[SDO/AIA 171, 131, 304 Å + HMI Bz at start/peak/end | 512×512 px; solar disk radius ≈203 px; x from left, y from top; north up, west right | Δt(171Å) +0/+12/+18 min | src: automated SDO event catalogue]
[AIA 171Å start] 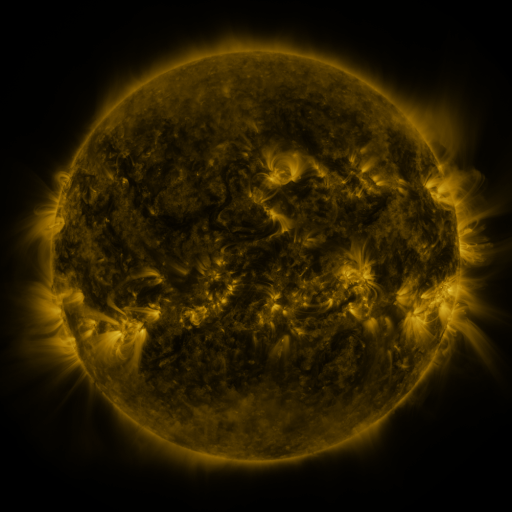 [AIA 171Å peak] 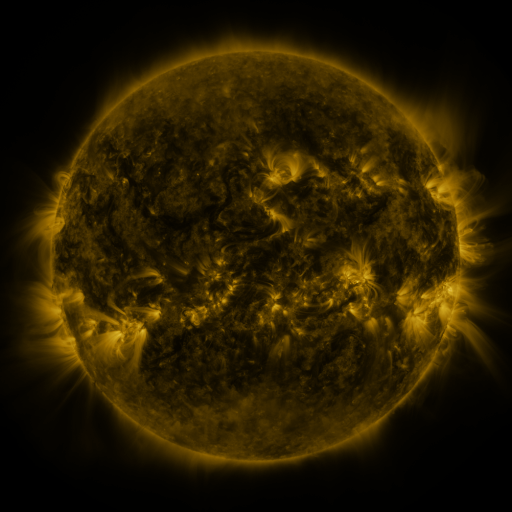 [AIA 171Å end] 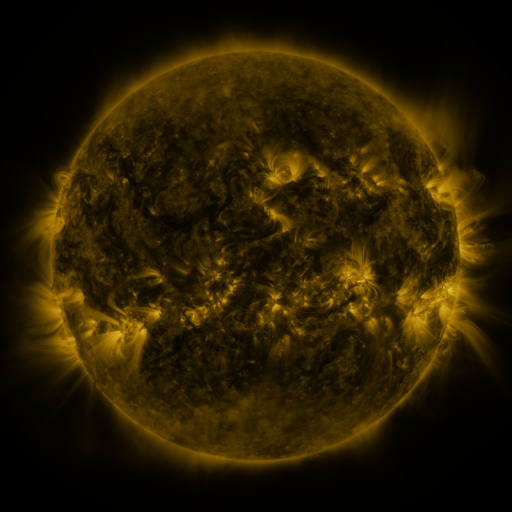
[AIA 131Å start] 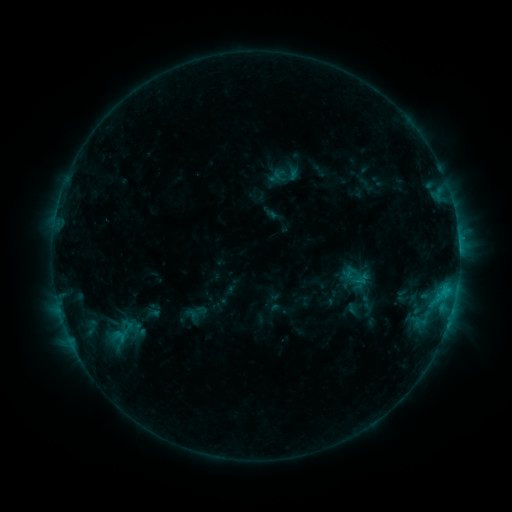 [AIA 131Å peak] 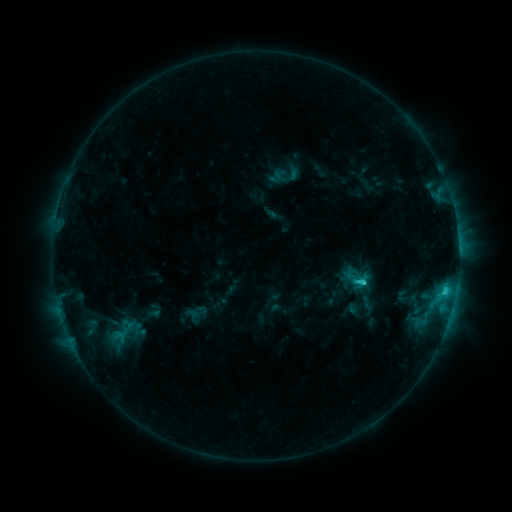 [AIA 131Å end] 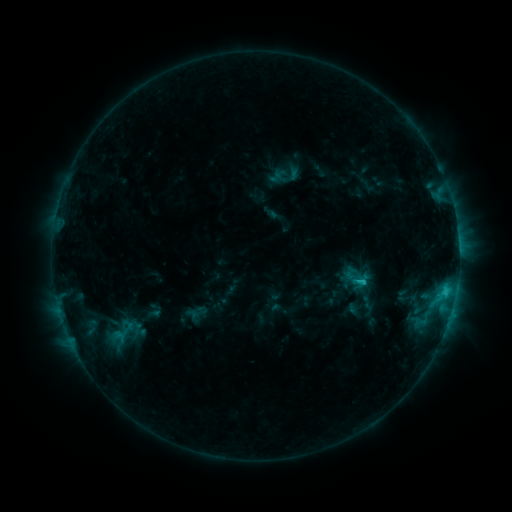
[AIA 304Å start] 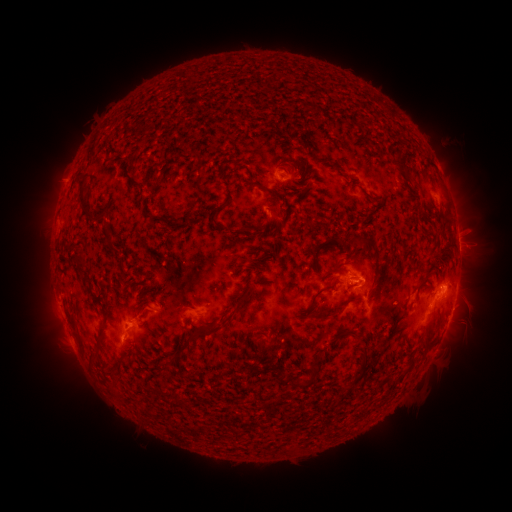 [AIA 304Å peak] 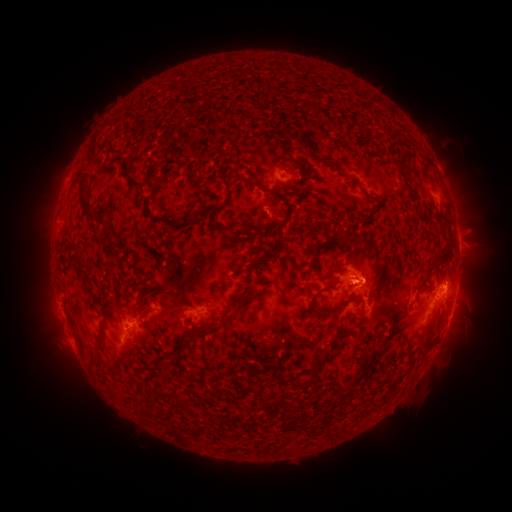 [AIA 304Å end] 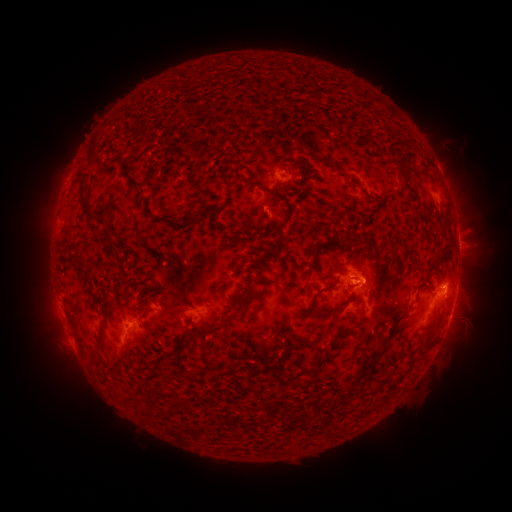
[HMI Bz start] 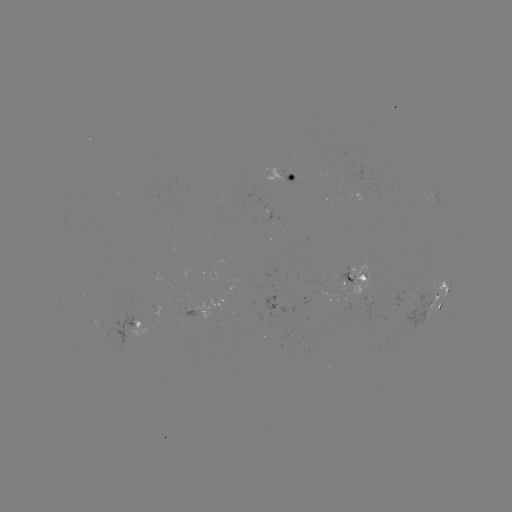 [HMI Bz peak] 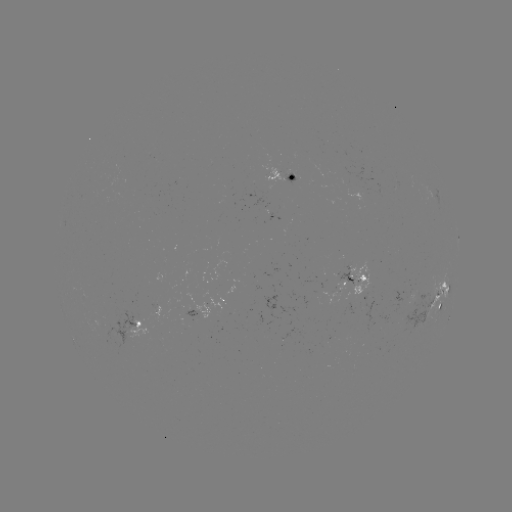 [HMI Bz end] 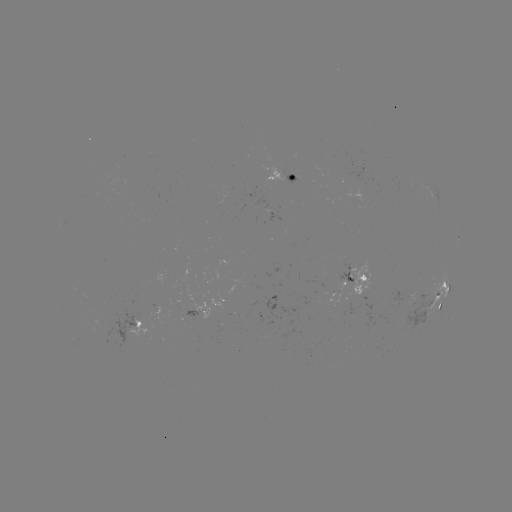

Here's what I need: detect C2.5 flare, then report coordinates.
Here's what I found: C2.5 flare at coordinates (362, 280).